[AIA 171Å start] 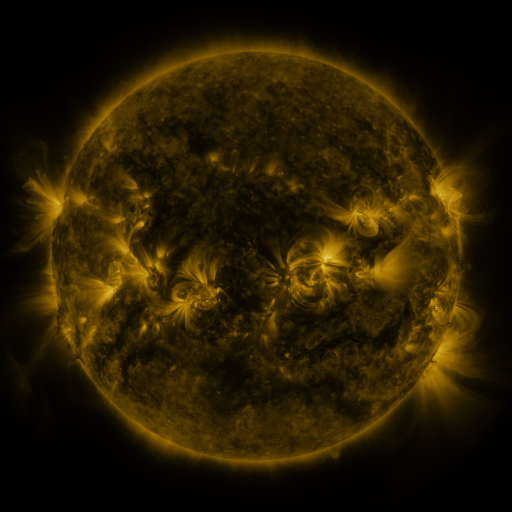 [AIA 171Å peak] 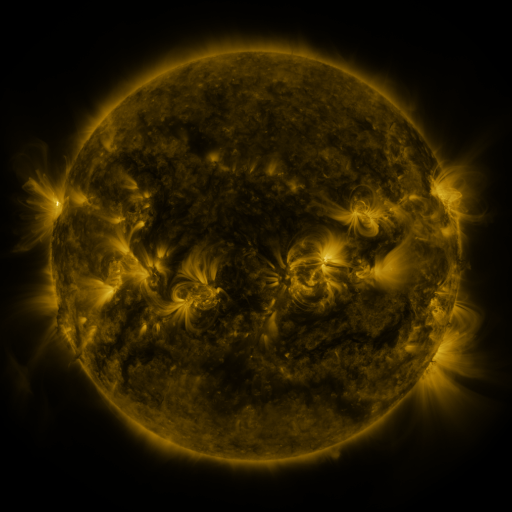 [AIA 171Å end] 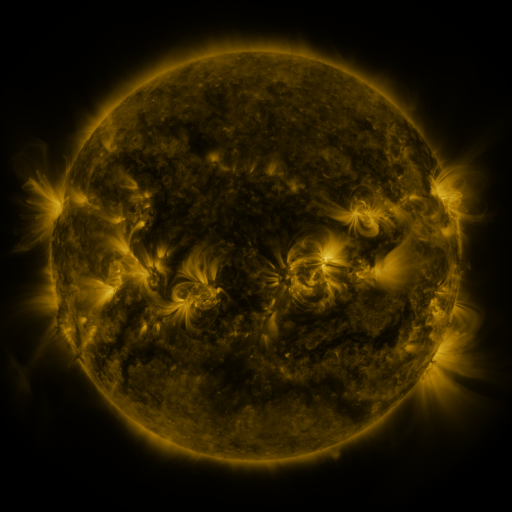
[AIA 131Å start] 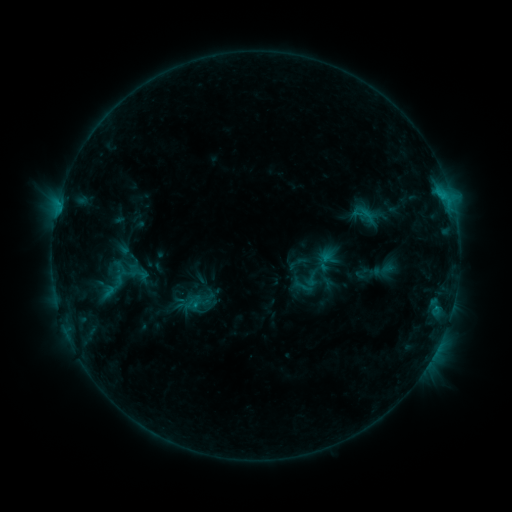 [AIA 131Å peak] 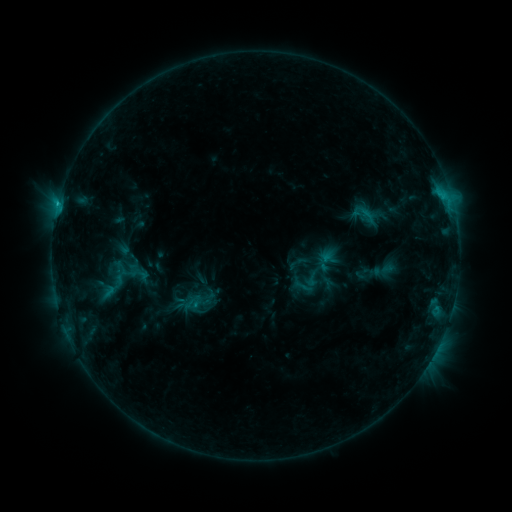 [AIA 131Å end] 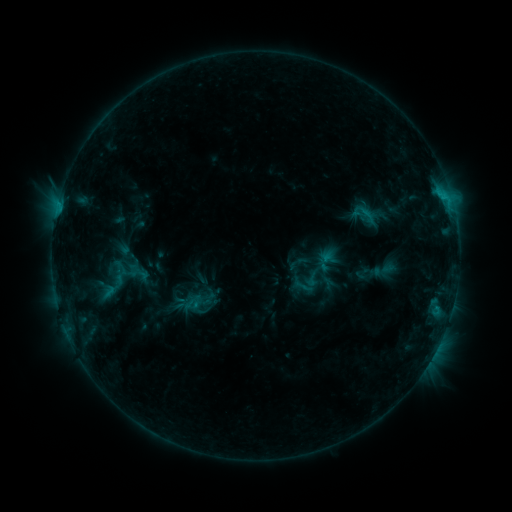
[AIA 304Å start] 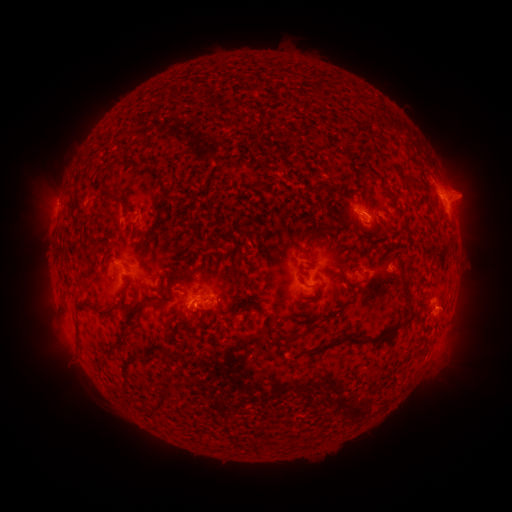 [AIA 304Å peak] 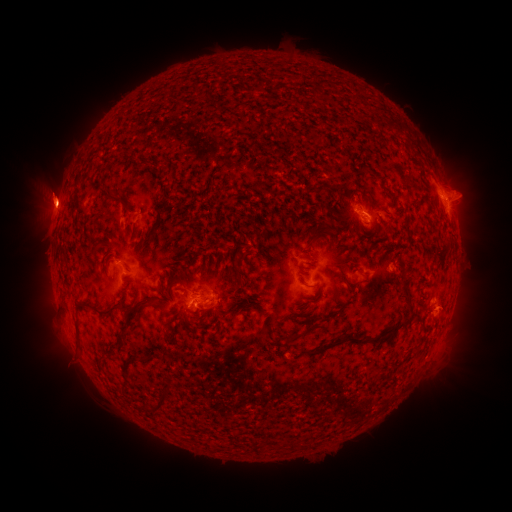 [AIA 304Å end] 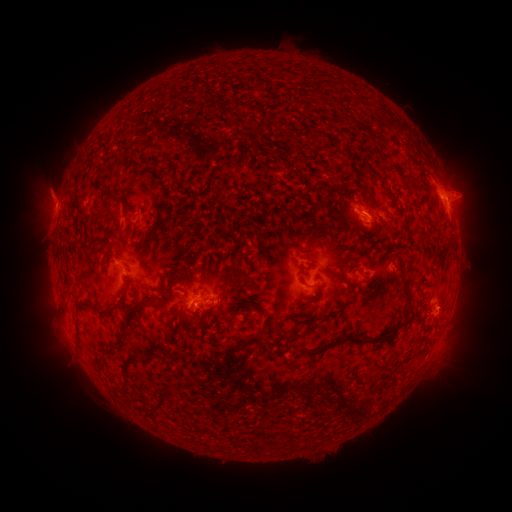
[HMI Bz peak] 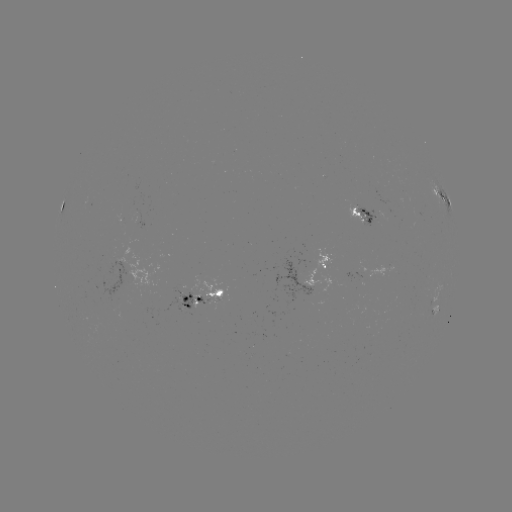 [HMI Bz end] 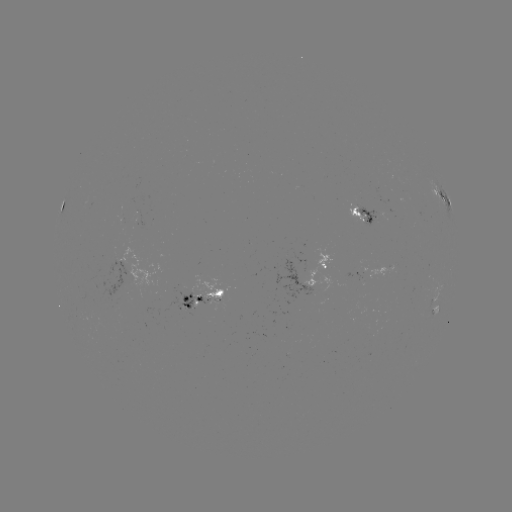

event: eruption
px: (51, 201)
